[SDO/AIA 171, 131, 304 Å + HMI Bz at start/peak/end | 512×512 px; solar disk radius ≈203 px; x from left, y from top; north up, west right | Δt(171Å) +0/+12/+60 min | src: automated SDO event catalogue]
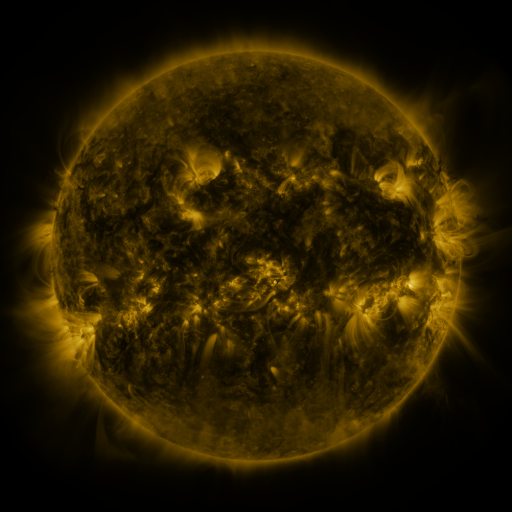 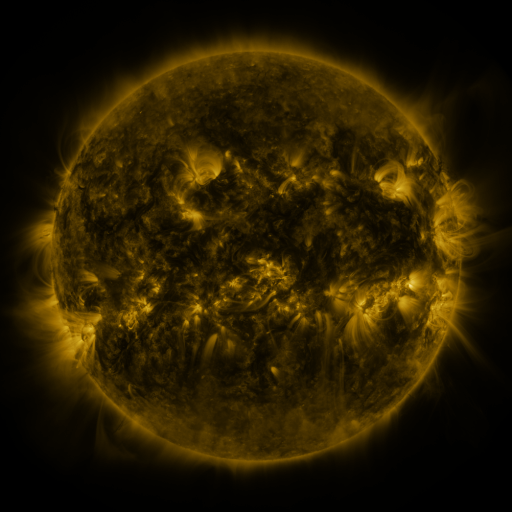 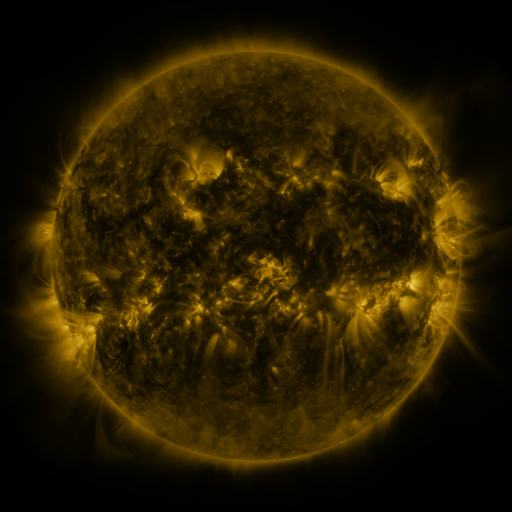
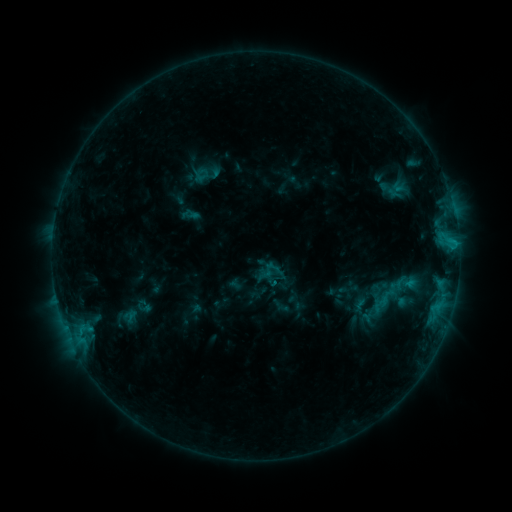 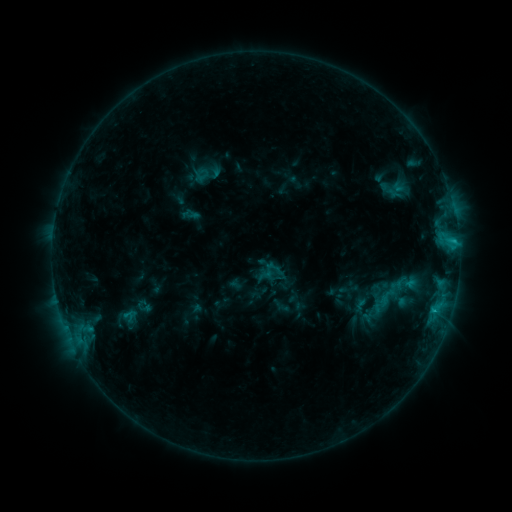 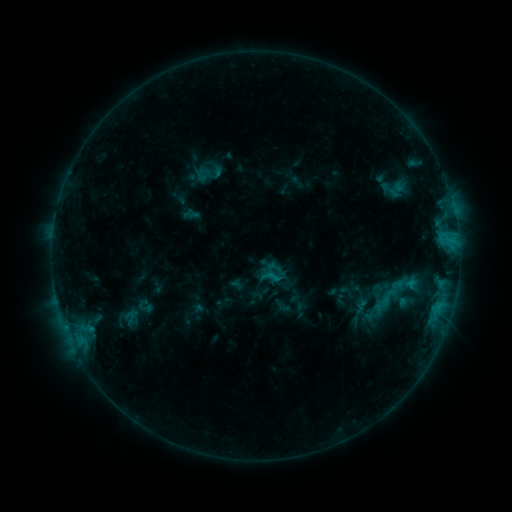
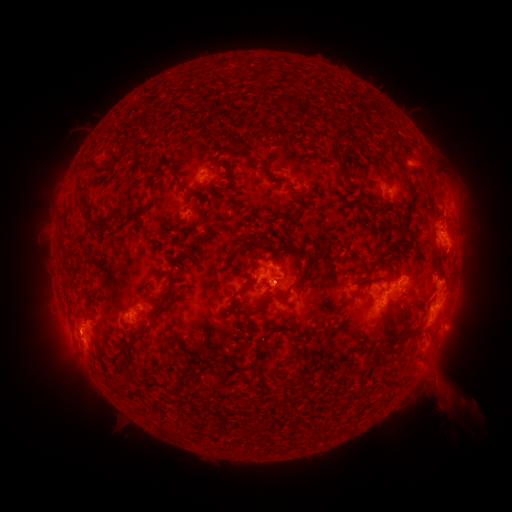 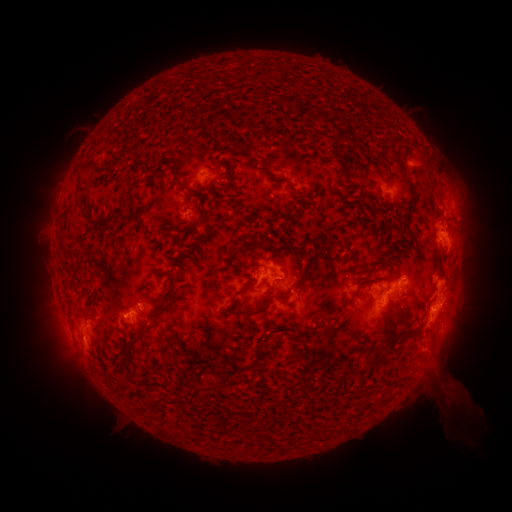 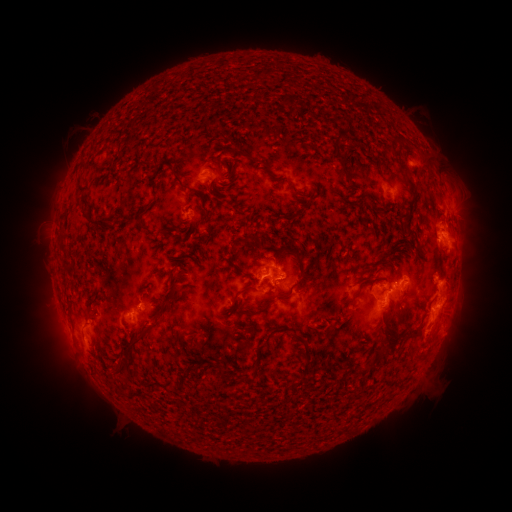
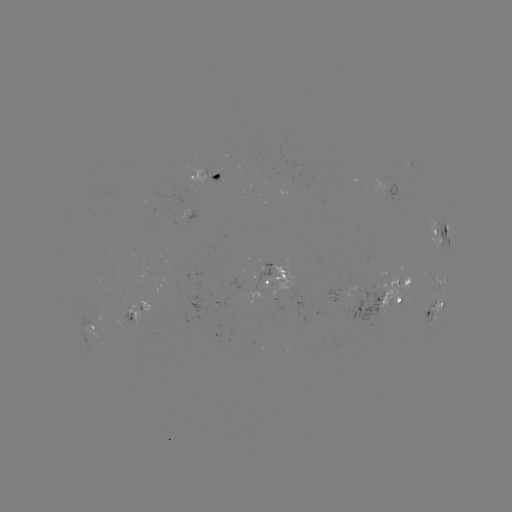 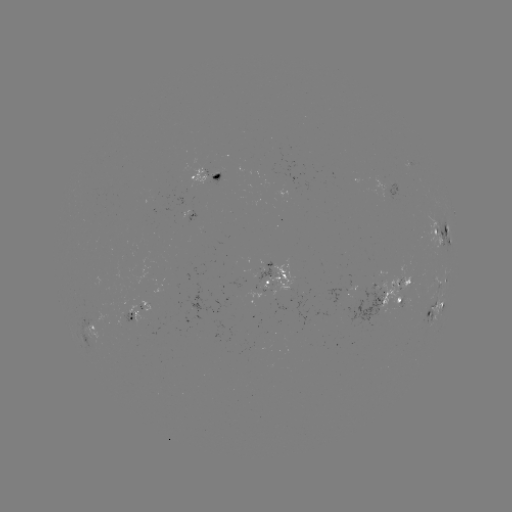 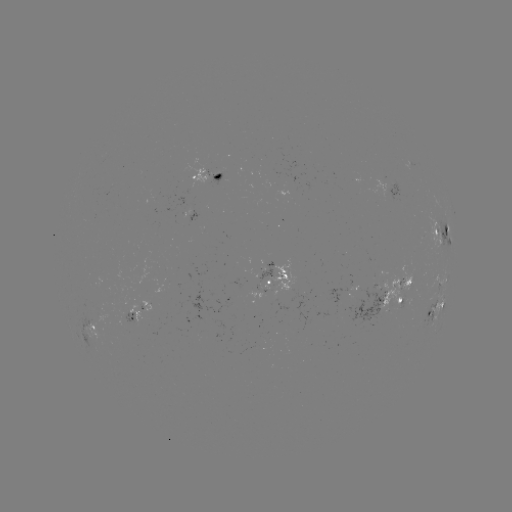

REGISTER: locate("C1.7 flare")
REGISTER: [435, 308]